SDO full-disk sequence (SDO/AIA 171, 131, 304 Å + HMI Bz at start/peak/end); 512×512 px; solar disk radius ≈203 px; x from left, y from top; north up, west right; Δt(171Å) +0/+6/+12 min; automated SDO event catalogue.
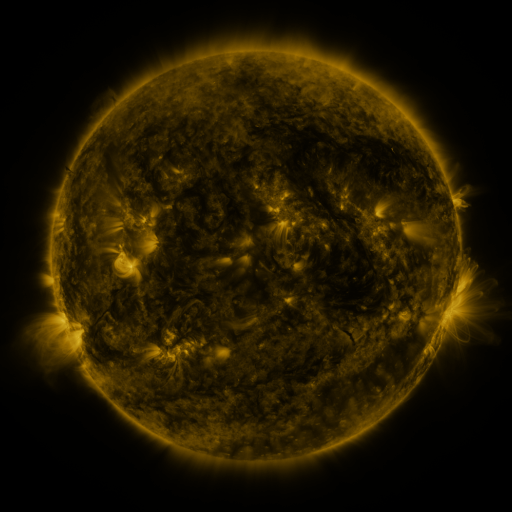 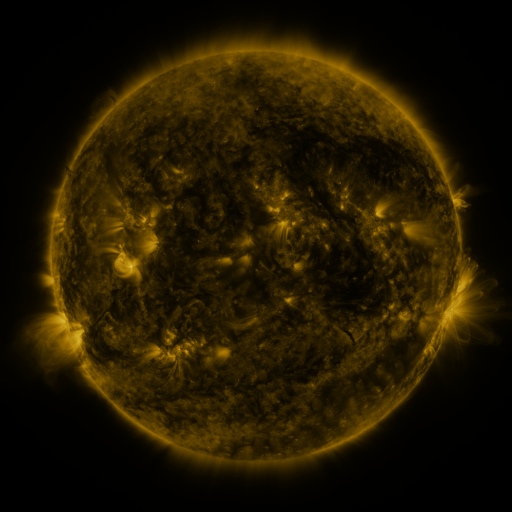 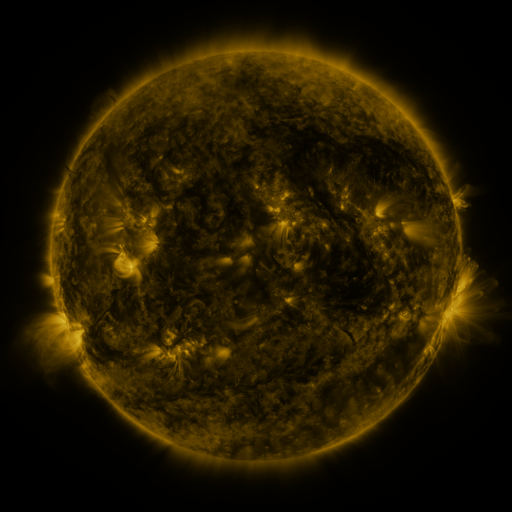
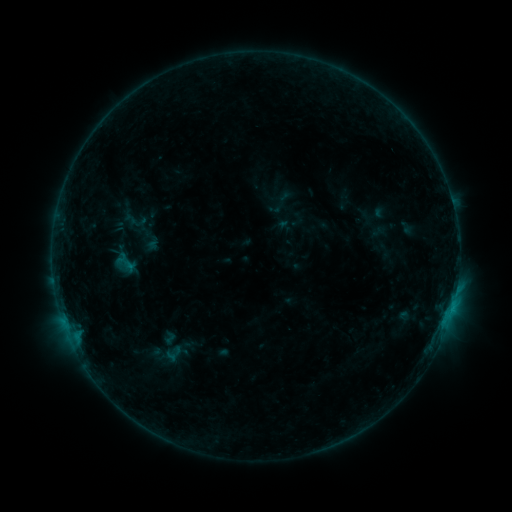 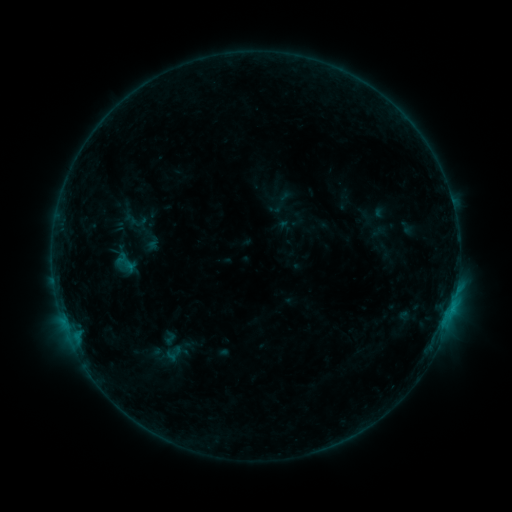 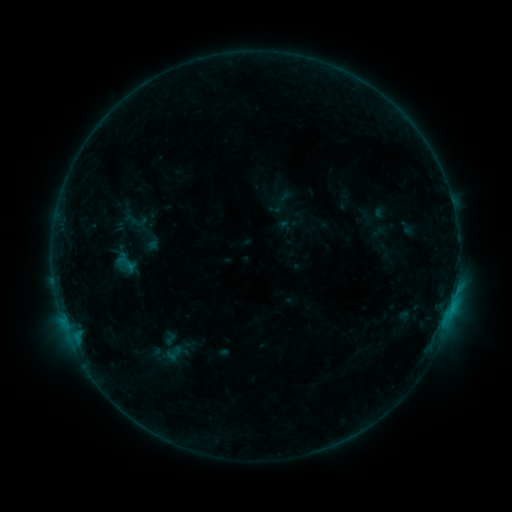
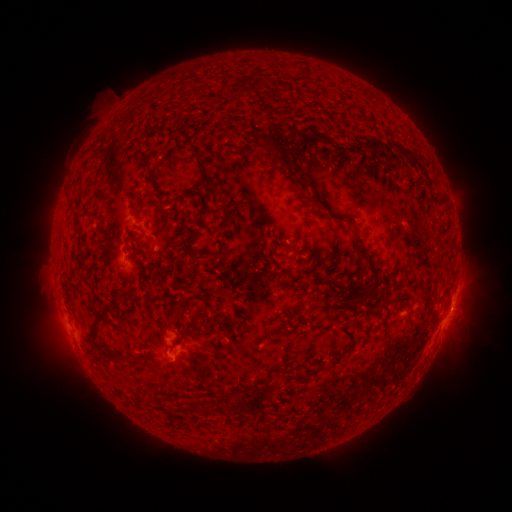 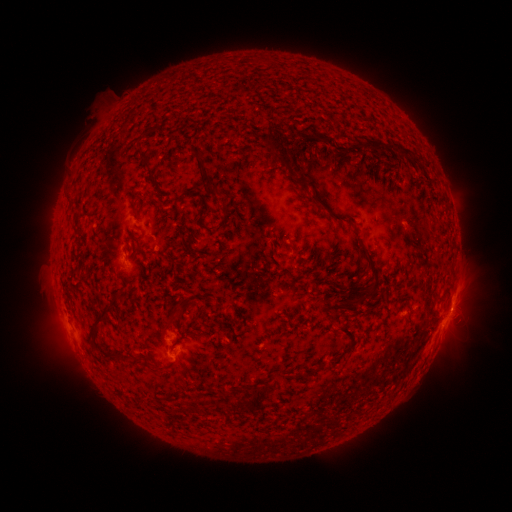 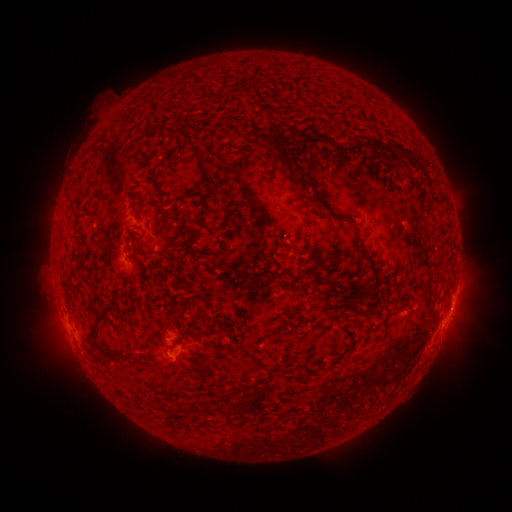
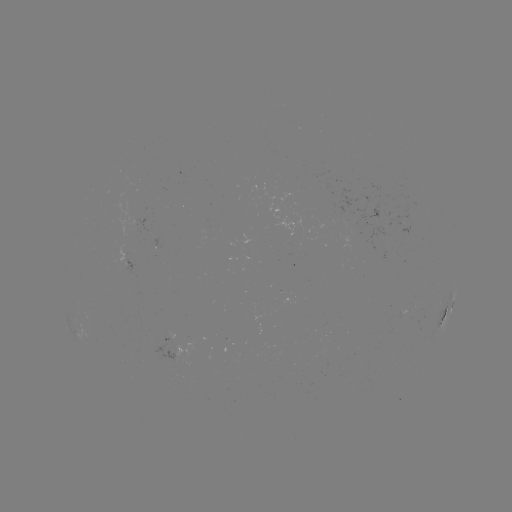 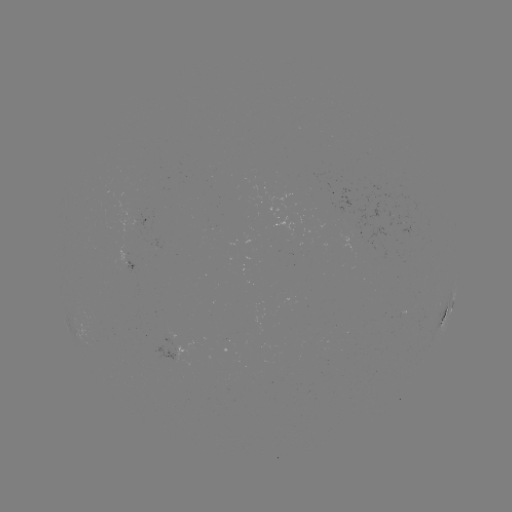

nothing was catalogued: no classed flare, no EUV trigger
